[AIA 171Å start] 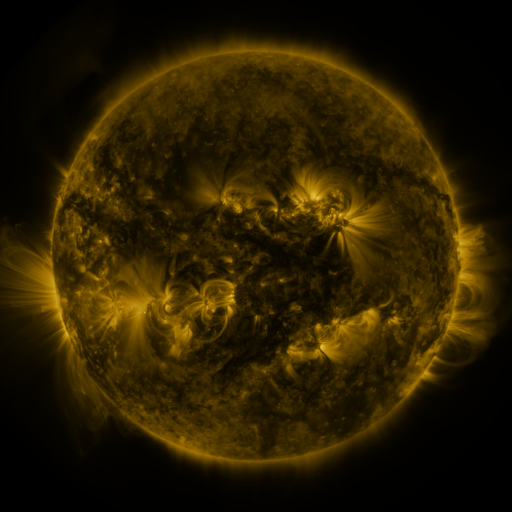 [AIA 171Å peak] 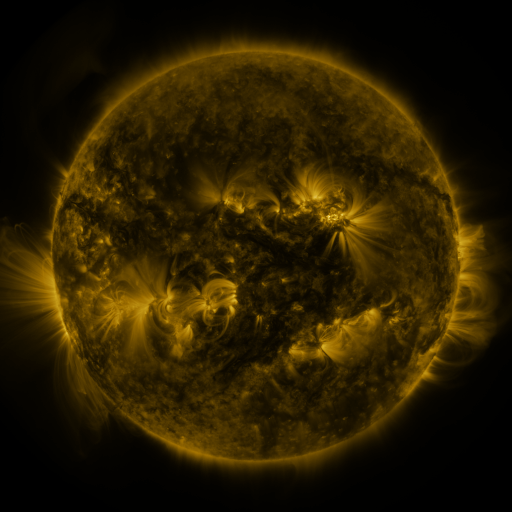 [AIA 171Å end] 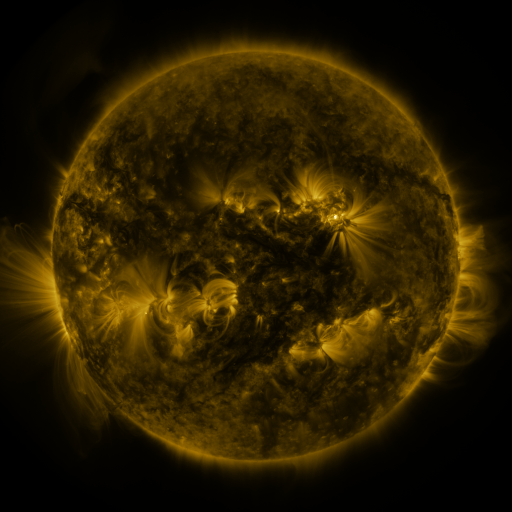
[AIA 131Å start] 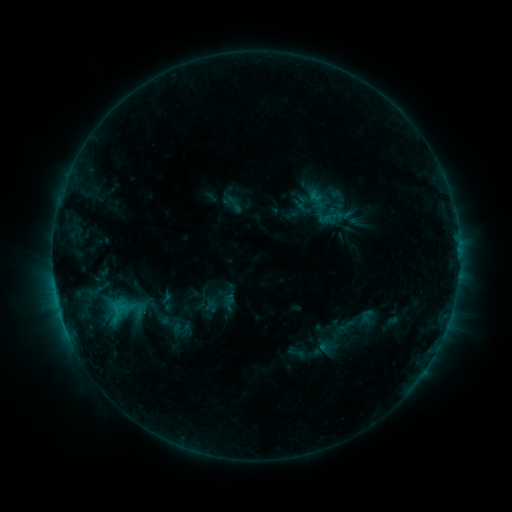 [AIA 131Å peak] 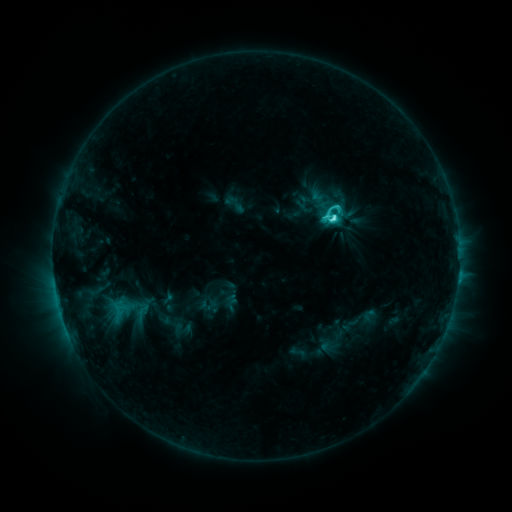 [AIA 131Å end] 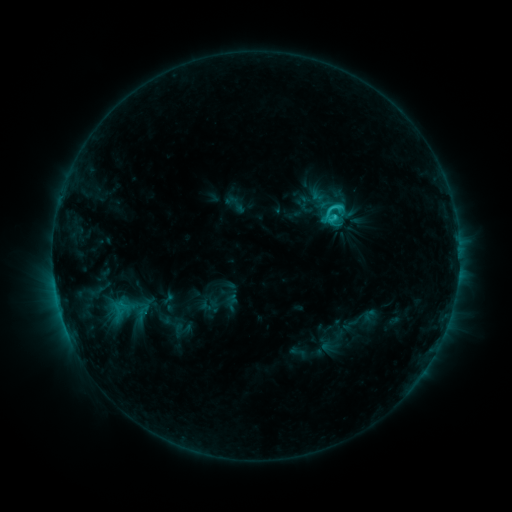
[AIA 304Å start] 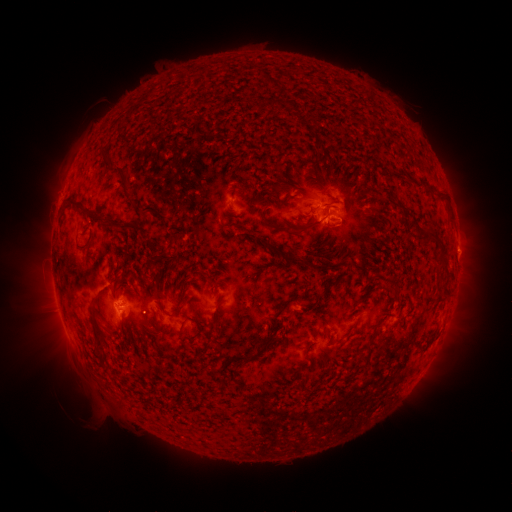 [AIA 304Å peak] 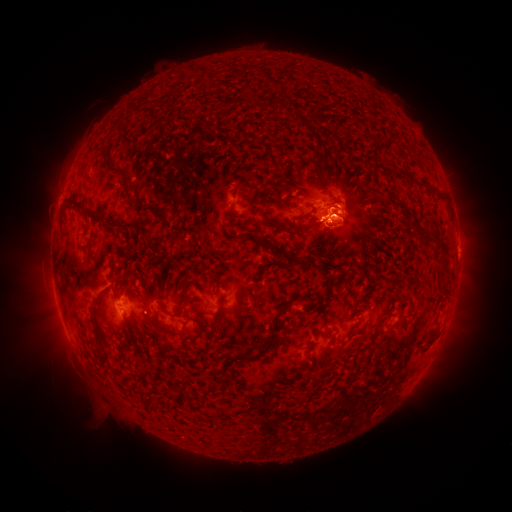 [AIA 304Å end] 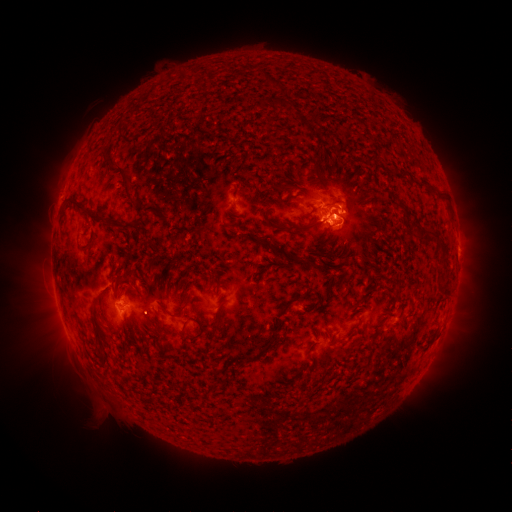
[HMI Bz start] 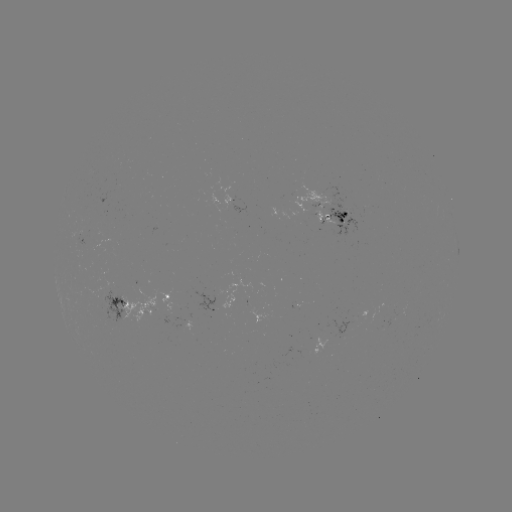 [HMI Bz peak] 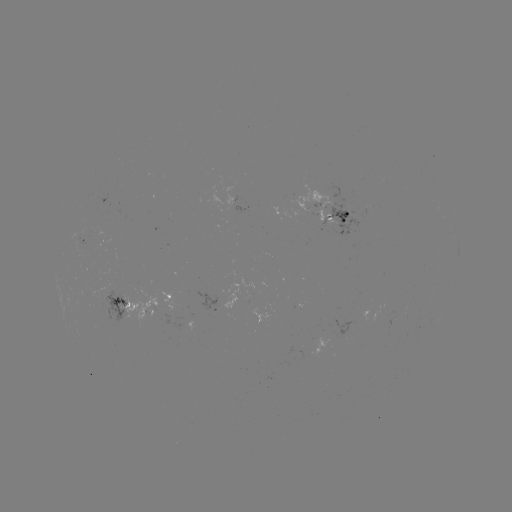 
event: flare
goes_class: C4.8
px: (333, 220)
